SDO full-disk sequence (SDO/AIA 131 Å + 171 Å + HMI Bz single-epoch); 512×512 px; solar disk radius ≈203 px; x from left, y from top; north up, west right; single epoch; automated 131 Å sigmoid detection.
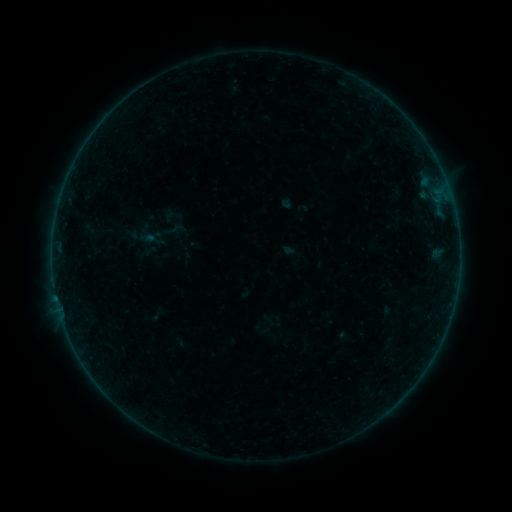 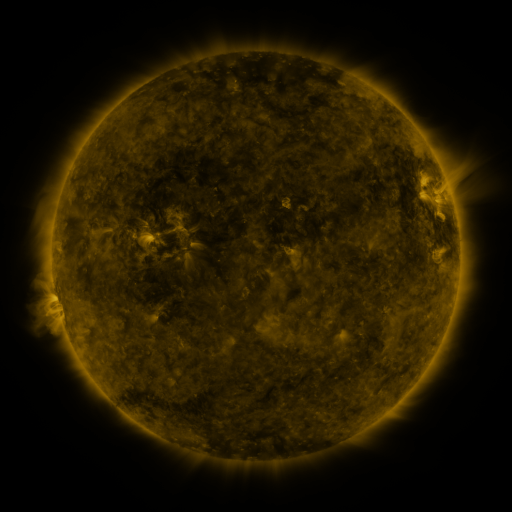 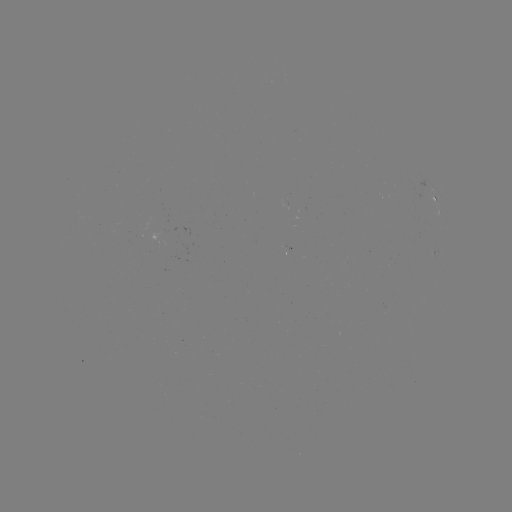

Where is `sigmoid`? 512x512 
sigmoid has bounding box [165, 218, 186, 241].